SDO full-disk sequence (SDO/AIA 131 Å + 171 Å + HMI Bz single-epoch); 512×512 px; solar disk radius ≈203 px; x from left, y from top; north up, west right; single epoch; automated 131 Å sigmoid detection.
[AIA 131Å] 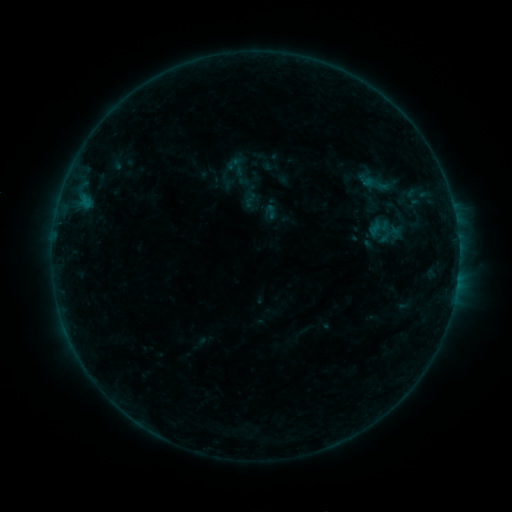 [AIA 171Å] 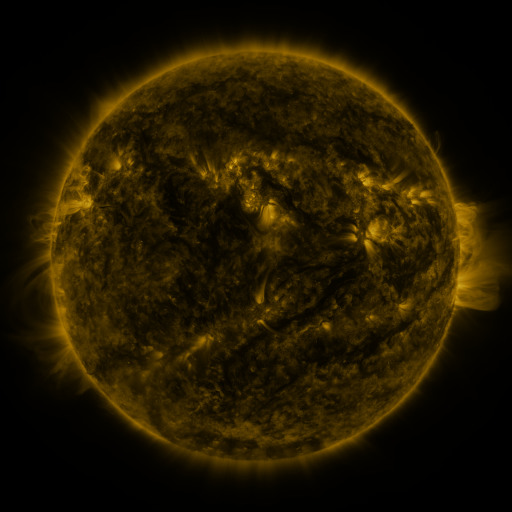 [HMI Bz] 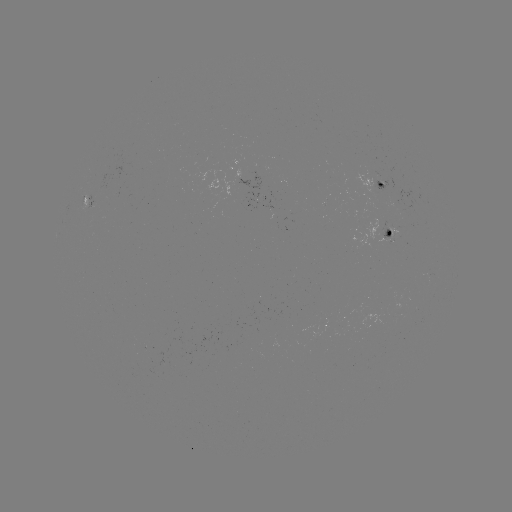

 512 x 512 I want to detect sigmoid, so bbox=[217, 152, 255, 190].